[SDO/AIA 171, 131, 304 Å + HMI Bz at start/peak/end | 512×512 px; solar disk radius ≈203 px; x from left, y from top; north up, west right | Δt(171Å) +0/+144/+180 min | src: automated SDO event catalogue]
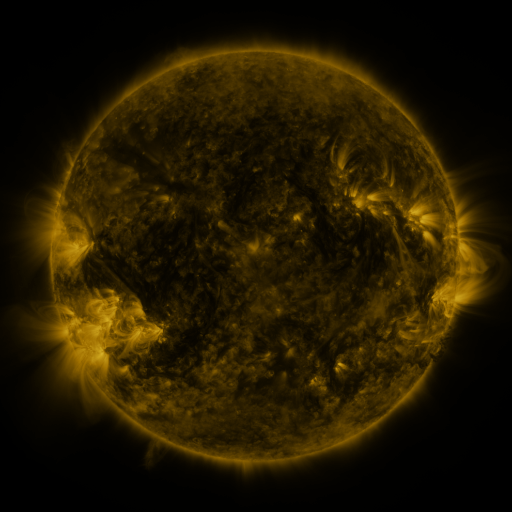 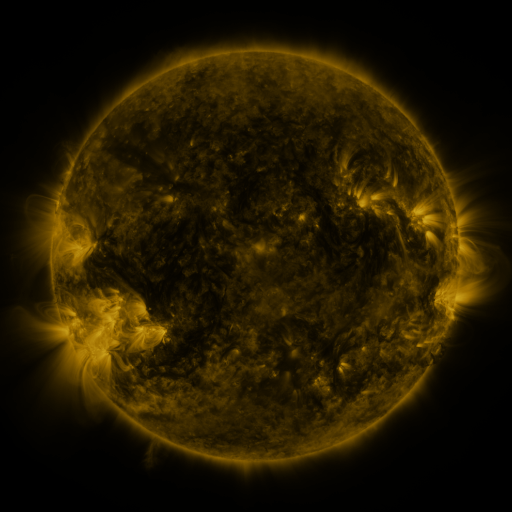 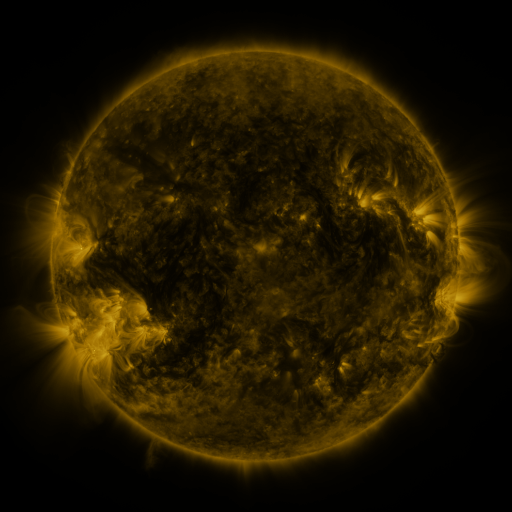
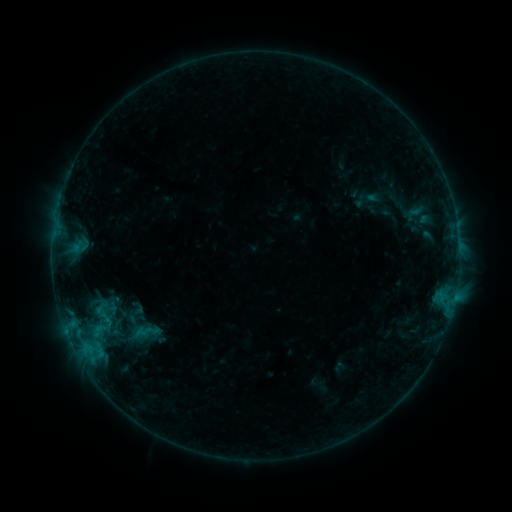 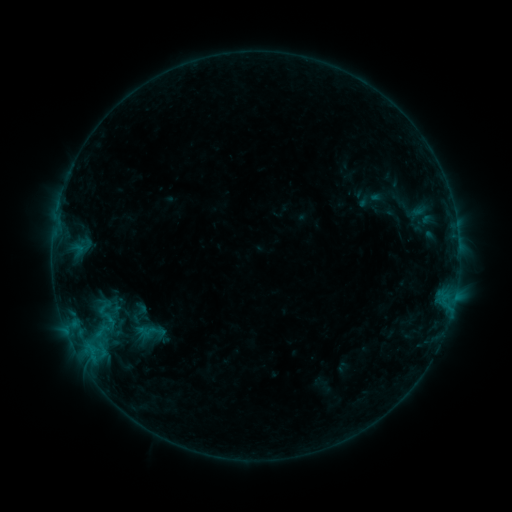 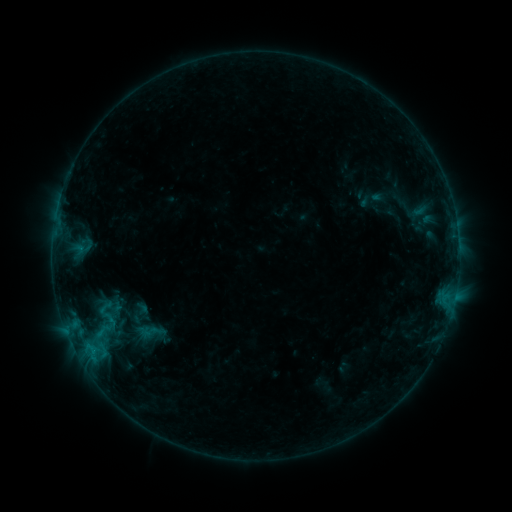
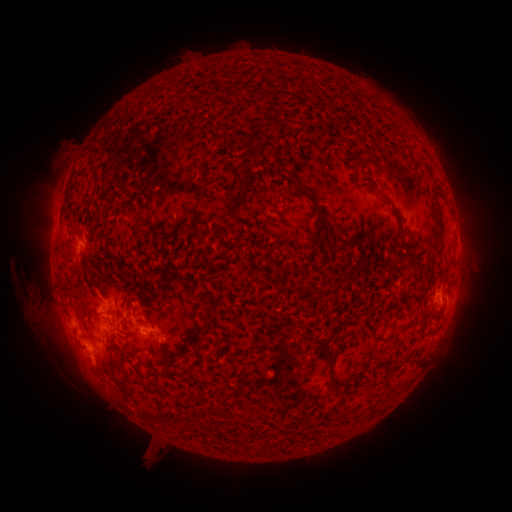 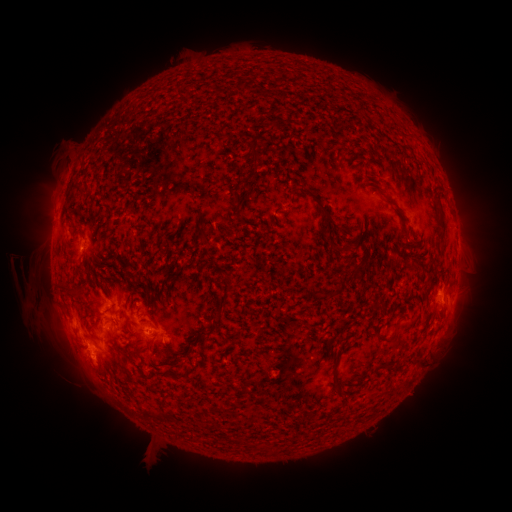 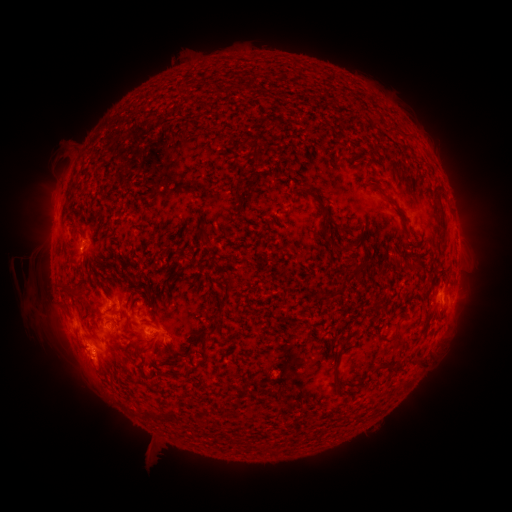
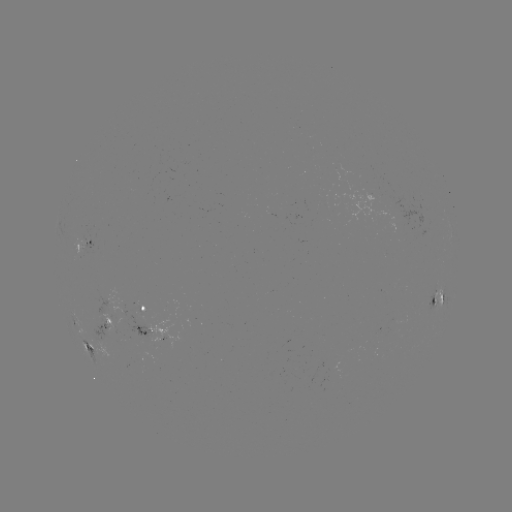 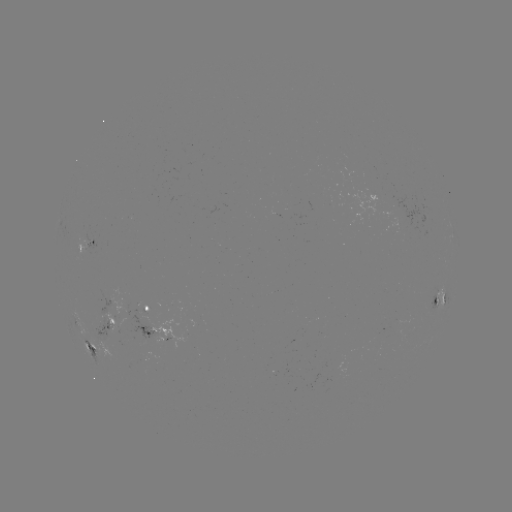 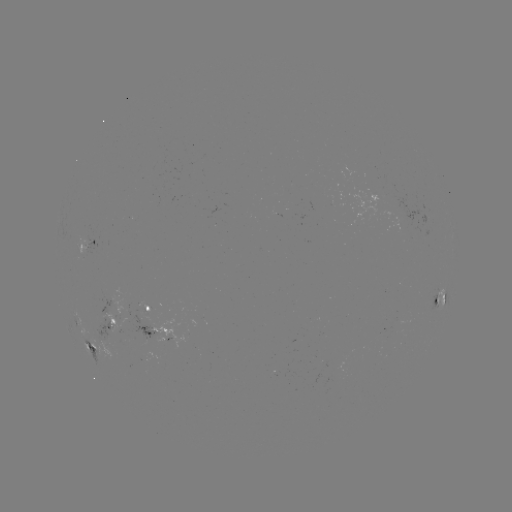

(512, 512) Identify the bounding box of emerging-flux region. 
[125, 312, 156, 338].